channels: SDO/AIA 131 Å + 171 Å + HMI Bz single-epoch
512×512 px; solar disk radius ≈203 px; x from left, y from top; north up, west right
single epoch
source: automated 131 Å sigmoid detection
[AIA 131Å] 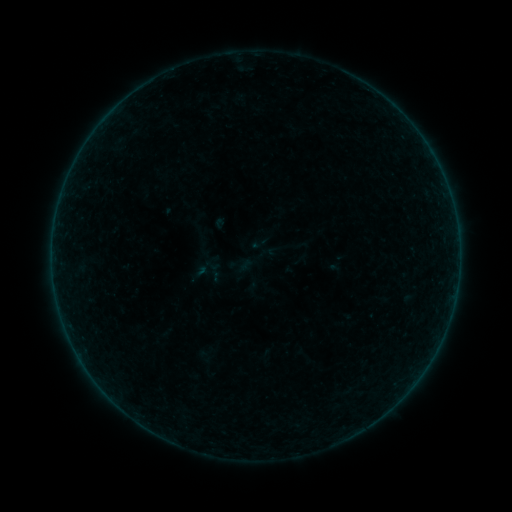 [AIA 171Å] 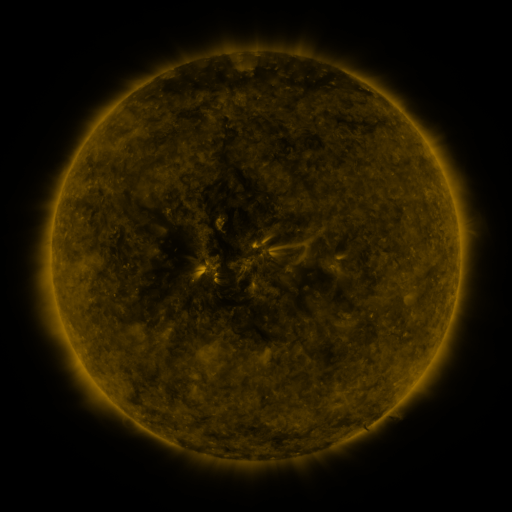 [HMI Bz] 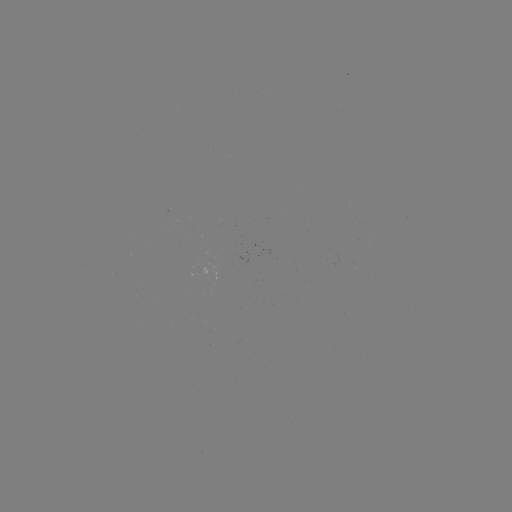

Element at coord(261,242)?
sigmoid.